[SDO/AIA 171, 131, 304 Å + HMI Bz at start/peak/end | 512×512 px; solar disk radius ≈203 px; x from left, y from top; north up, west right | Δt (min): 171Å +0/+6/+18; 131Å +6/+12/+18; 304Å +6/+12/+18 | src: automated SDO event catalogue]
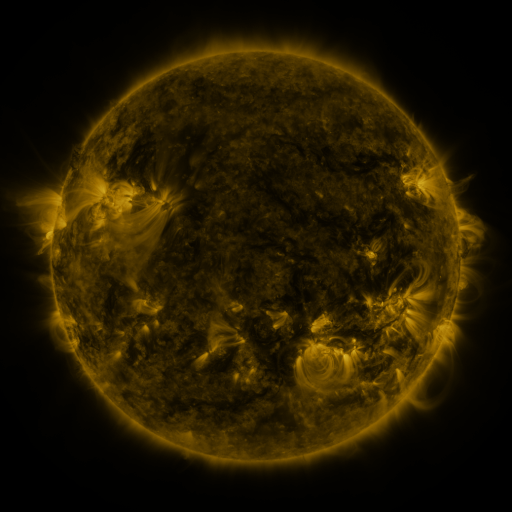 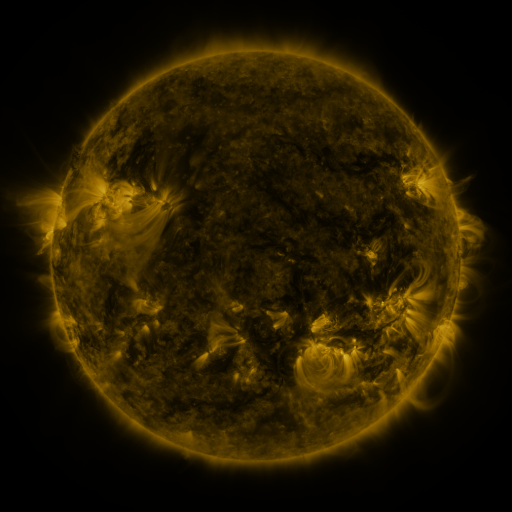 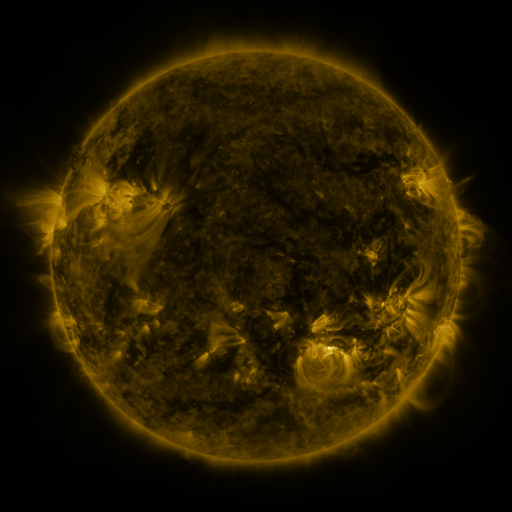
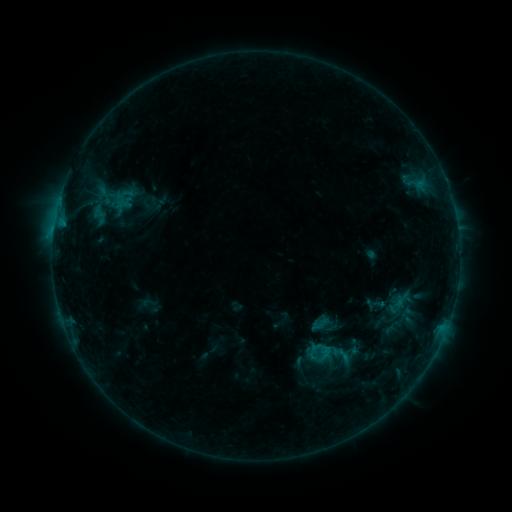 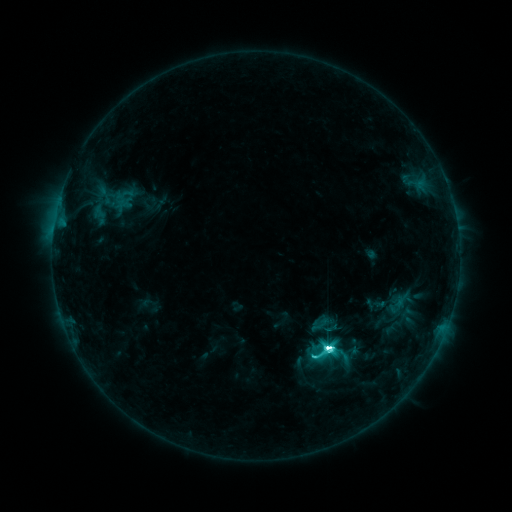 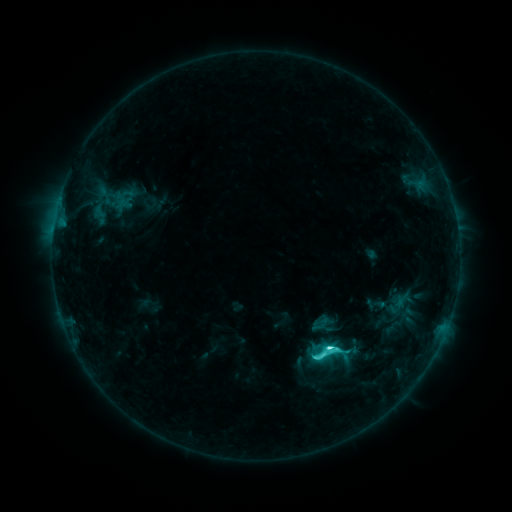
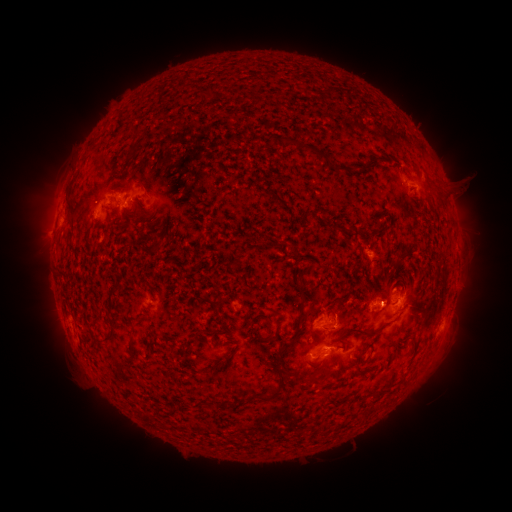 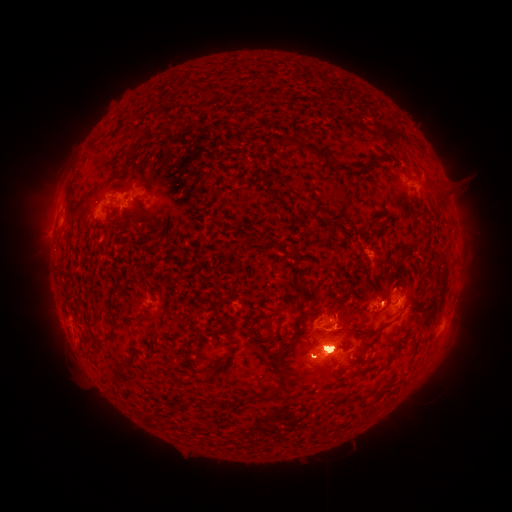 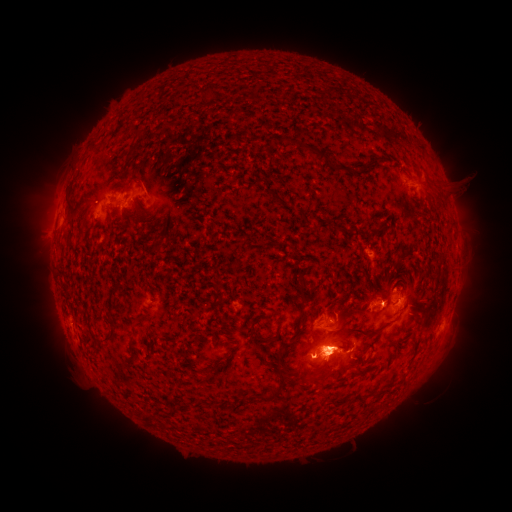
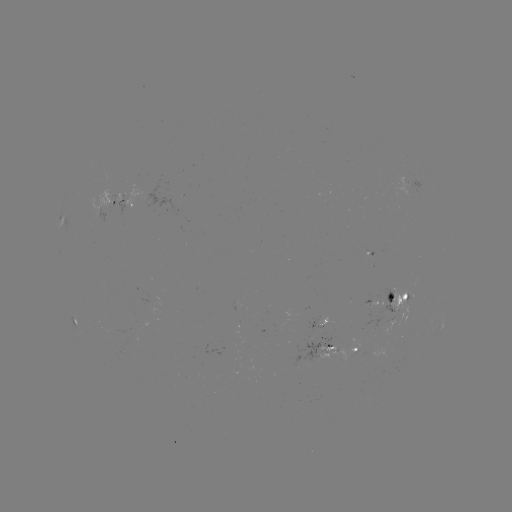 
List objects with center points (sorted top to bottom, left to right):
eruption: (327, 357)
